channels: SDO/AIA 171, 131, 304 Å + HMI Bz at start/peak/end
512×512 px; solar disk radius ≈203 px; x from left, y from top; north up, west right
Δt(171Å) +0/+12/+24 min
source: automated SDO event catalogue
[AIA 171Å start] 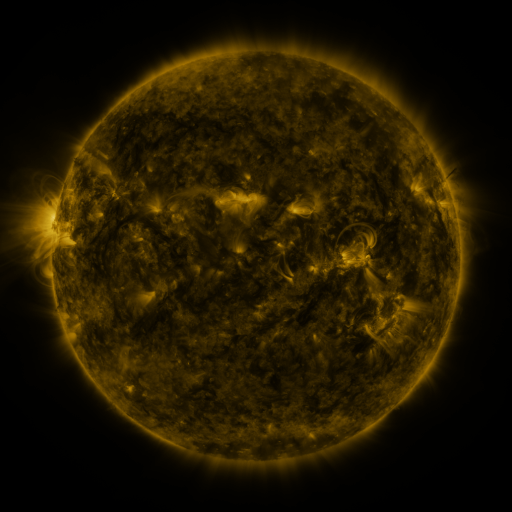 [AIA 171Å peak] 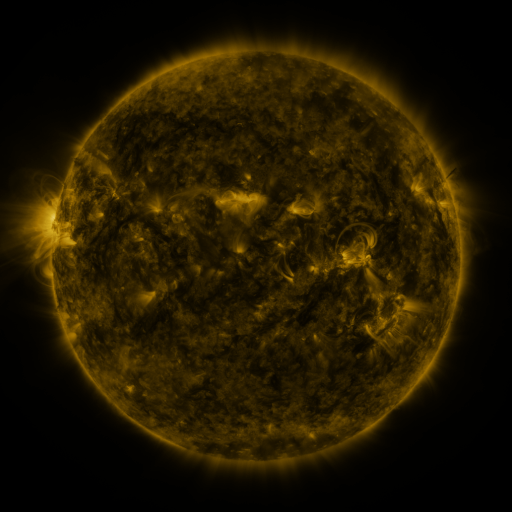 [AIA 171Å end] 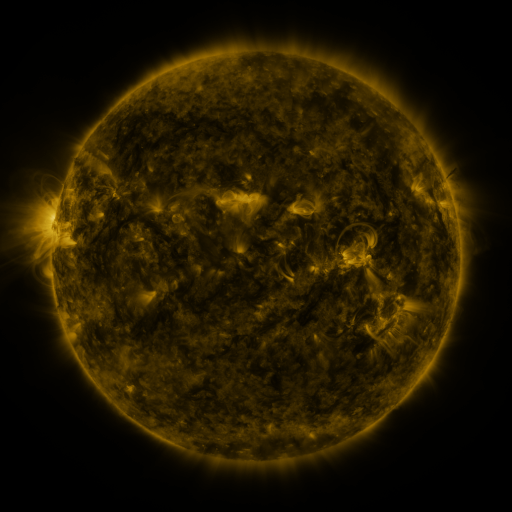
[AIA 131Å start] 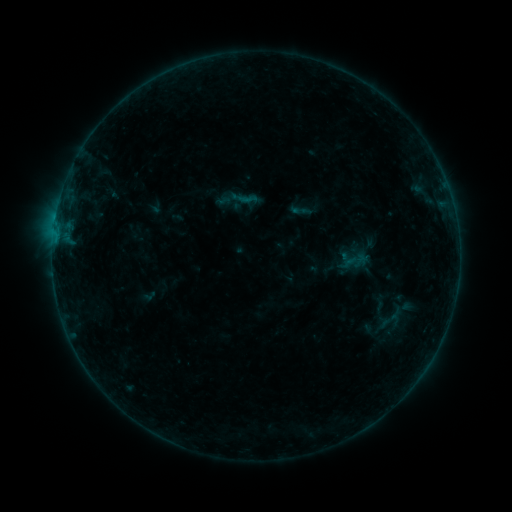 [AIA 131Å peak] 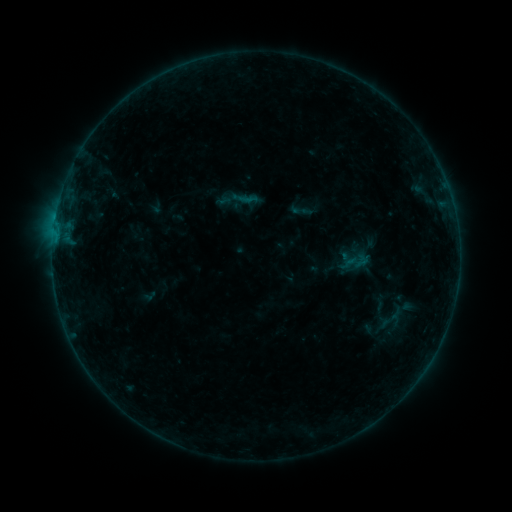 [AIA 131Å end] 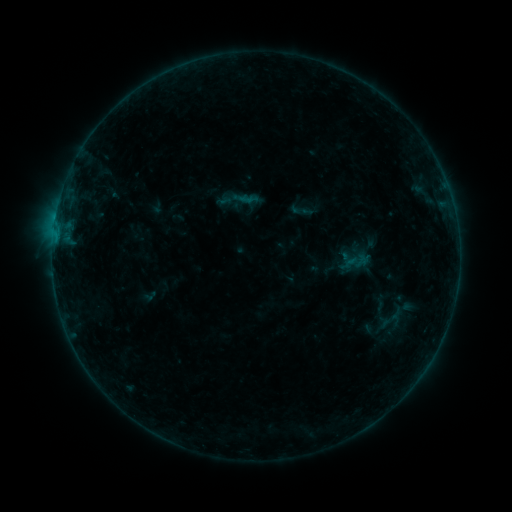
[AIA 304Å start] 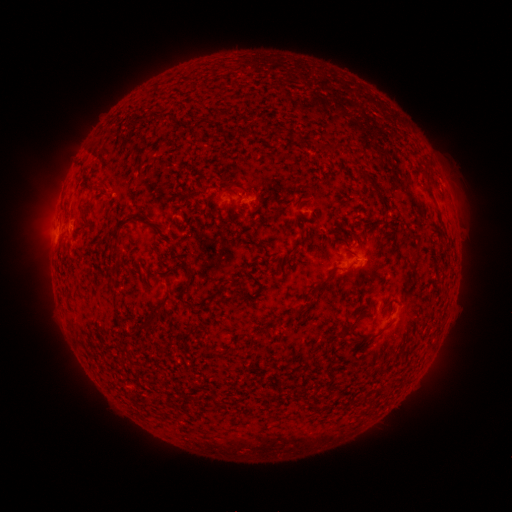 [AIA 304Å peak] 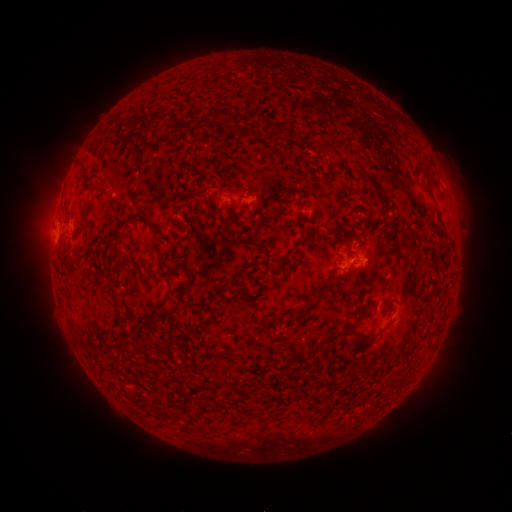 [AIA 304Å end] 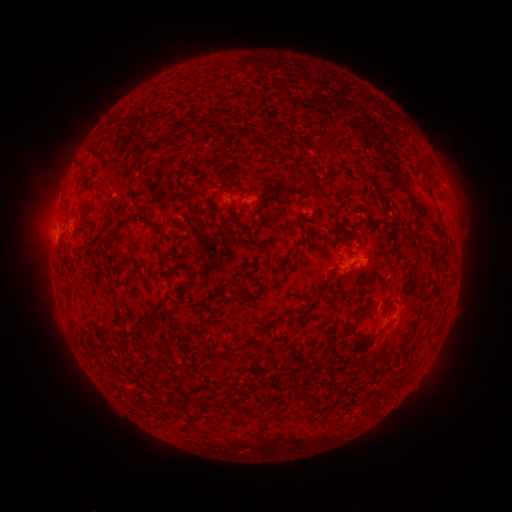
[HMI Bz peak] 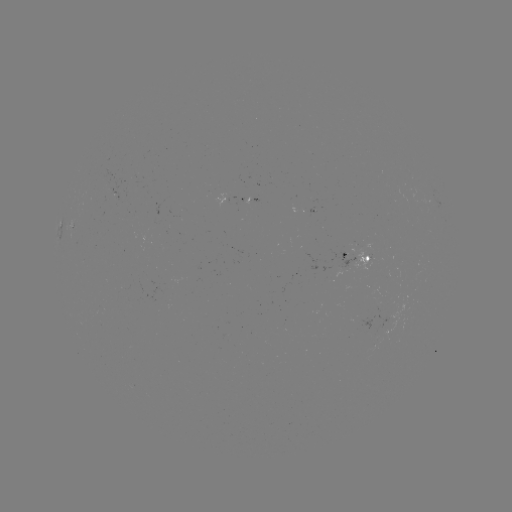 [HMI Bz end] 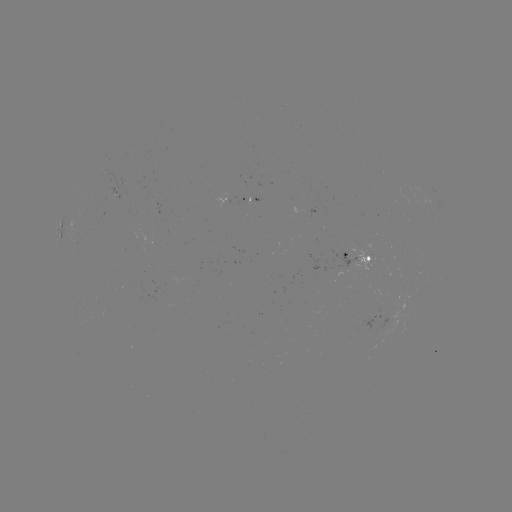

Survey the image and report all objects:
B3.5 flare: (56, 237)
